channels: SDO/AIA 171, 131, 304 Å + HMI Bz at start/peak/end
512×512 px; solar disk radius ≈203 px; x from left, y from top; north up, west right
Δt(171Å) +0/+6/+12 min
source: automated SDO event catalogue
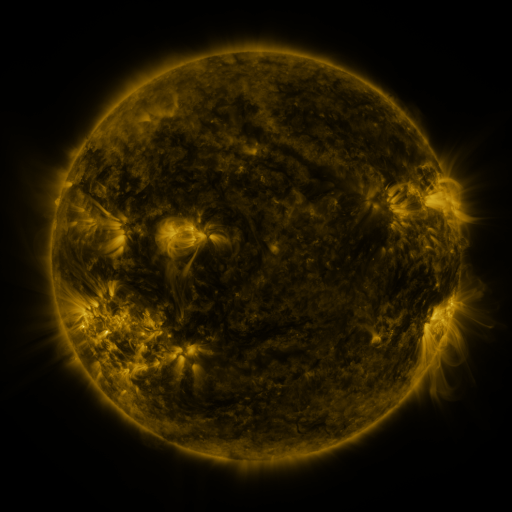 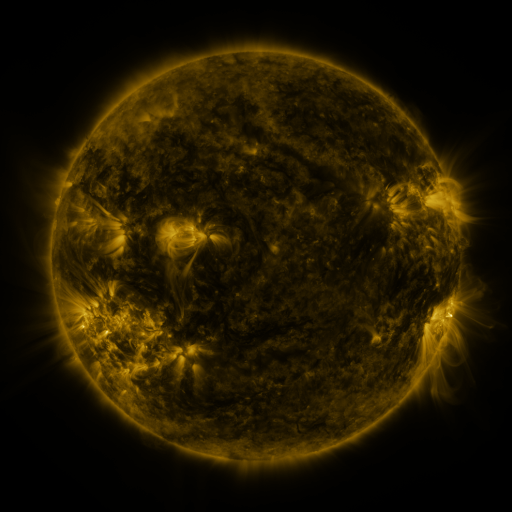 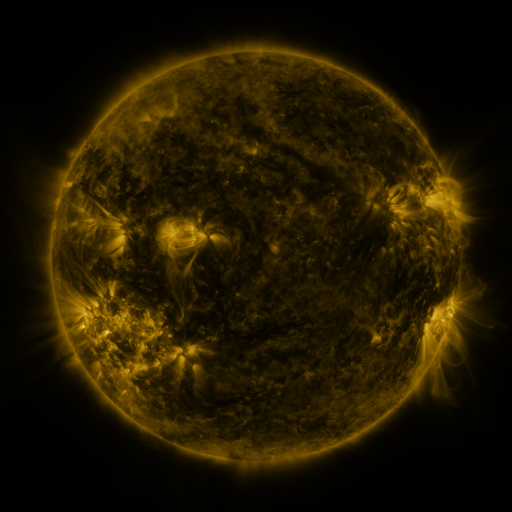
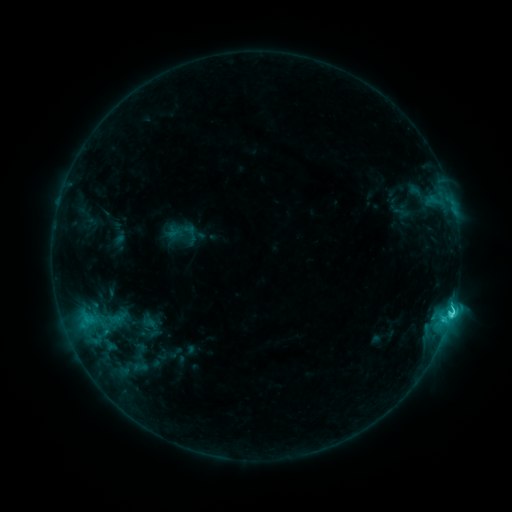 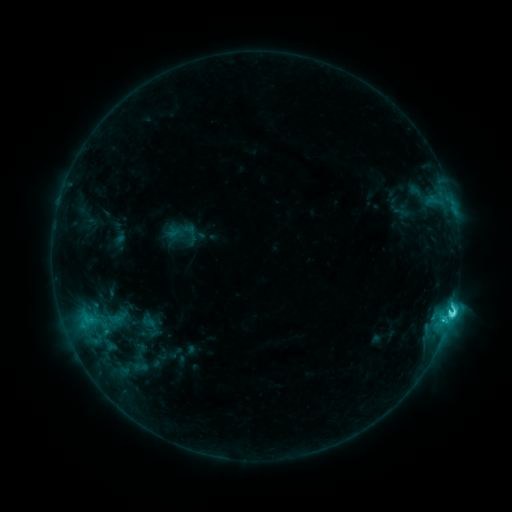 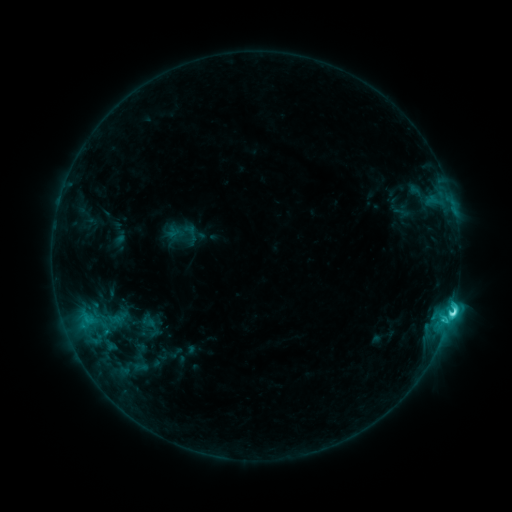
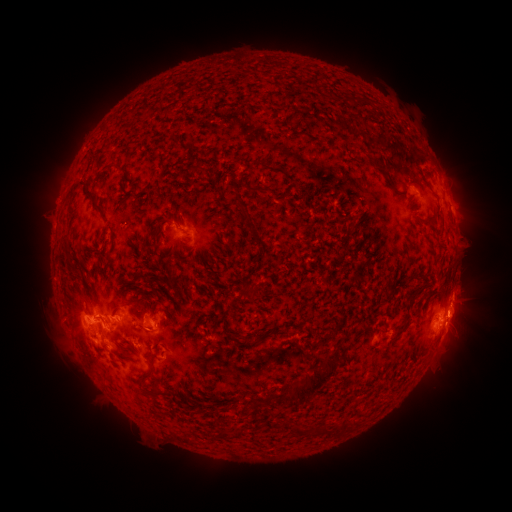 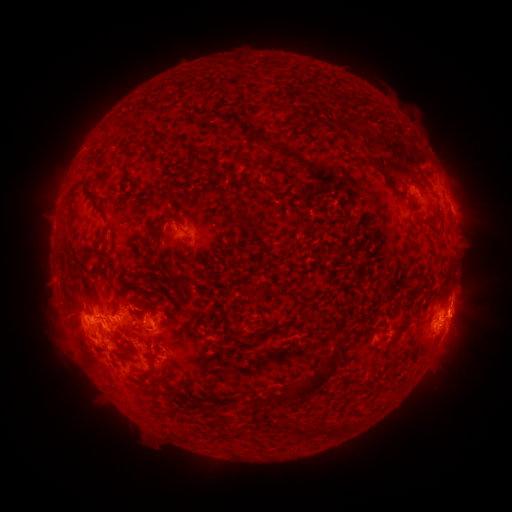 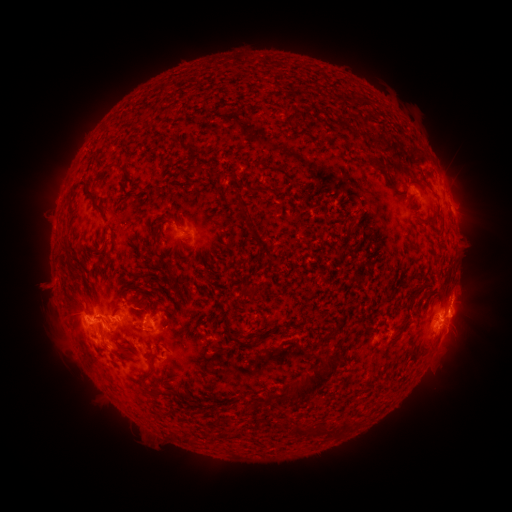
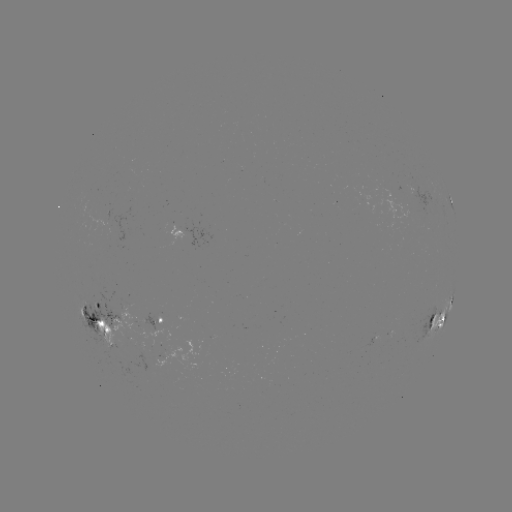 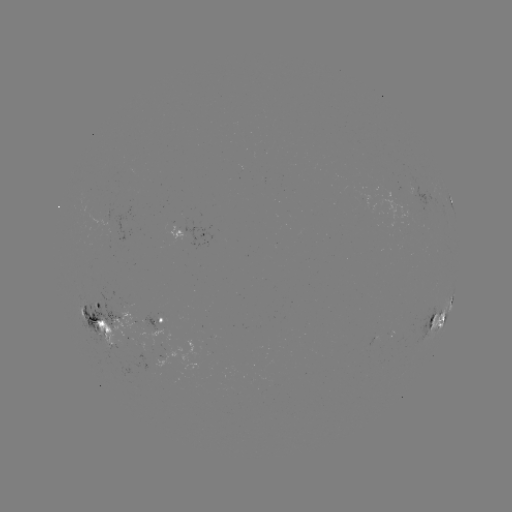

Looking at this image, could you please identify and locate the C5.4 flare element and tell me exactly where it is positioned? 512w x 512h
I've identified C5.4 flare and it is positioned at [451, 312].